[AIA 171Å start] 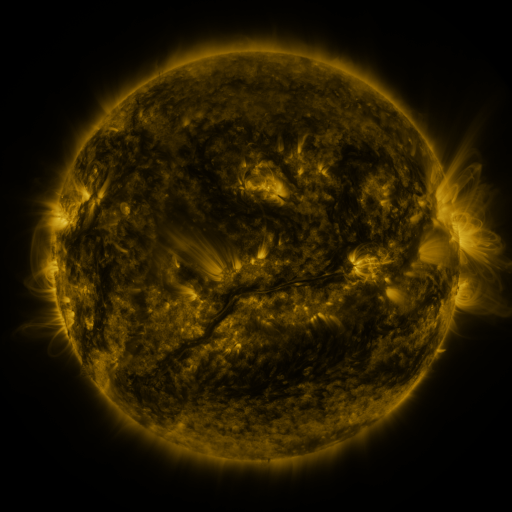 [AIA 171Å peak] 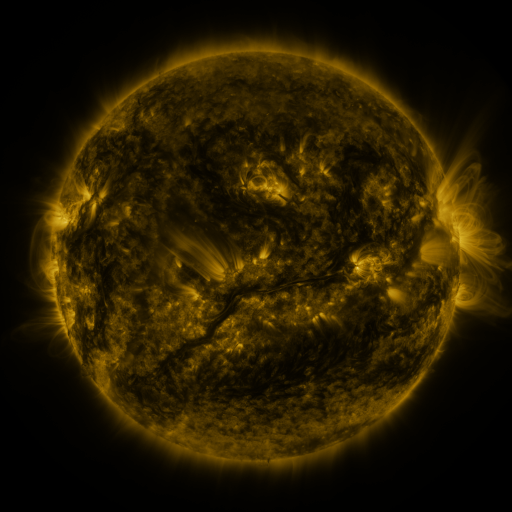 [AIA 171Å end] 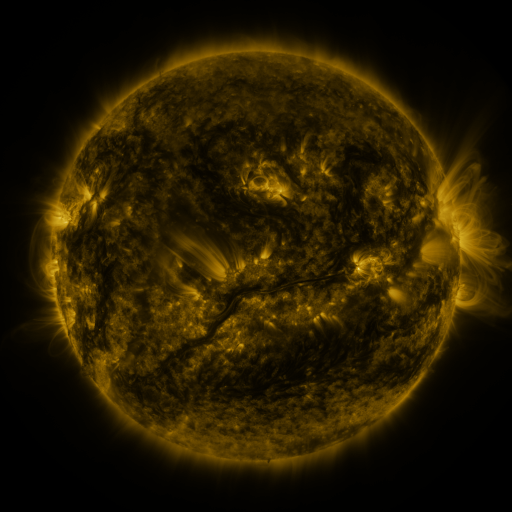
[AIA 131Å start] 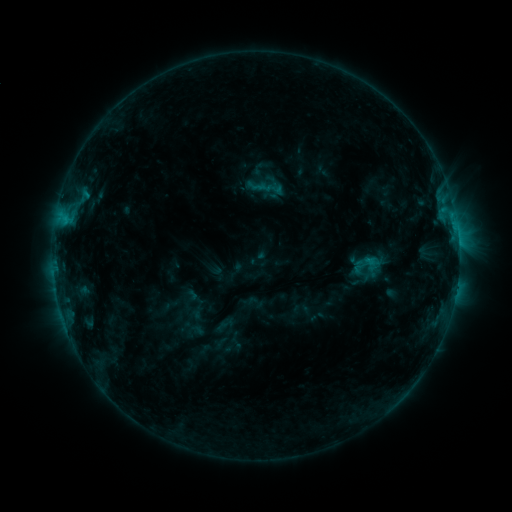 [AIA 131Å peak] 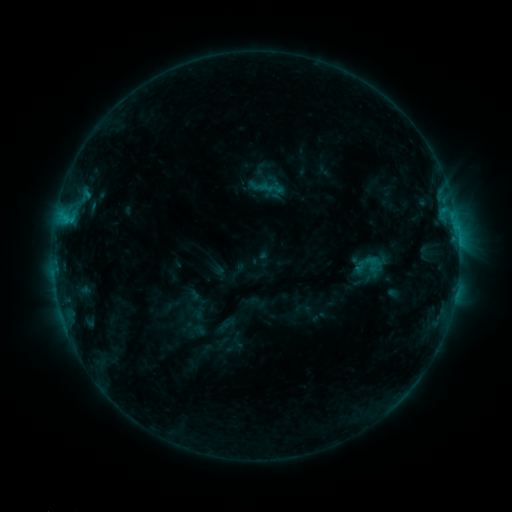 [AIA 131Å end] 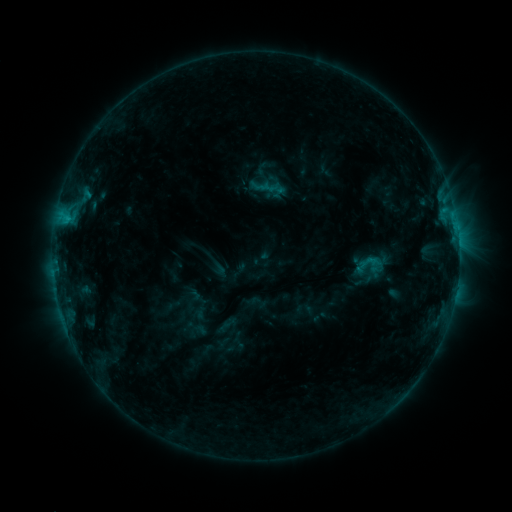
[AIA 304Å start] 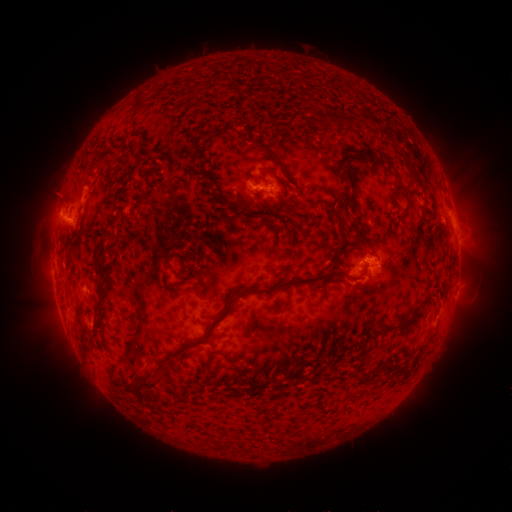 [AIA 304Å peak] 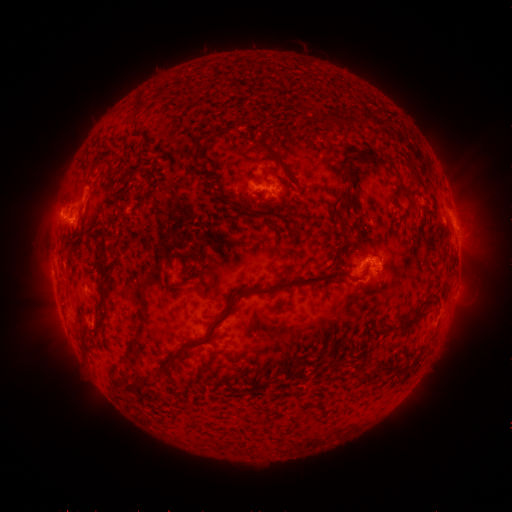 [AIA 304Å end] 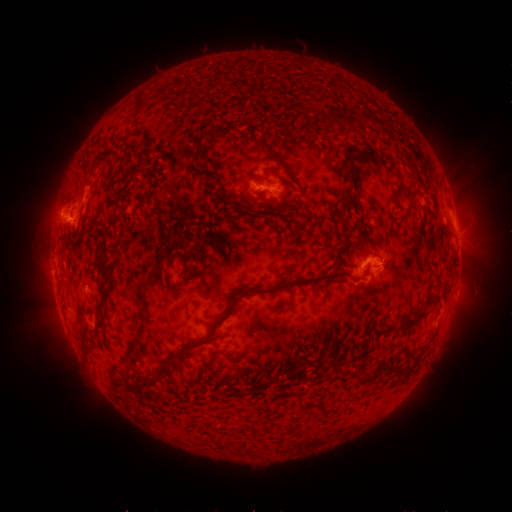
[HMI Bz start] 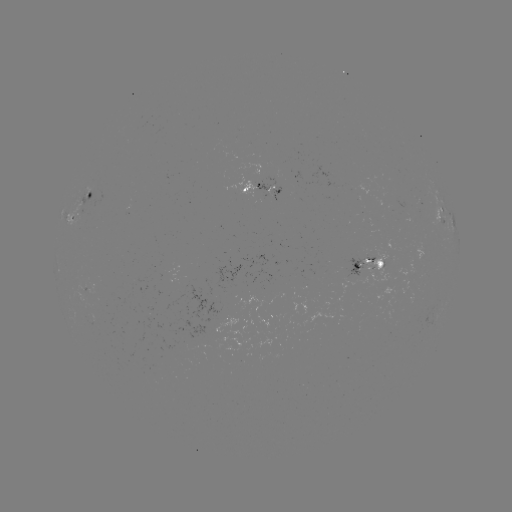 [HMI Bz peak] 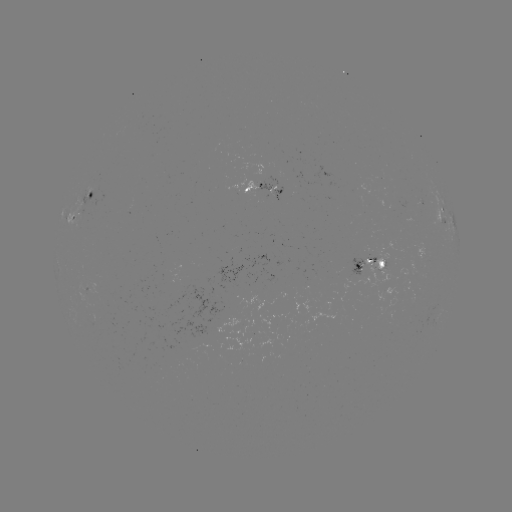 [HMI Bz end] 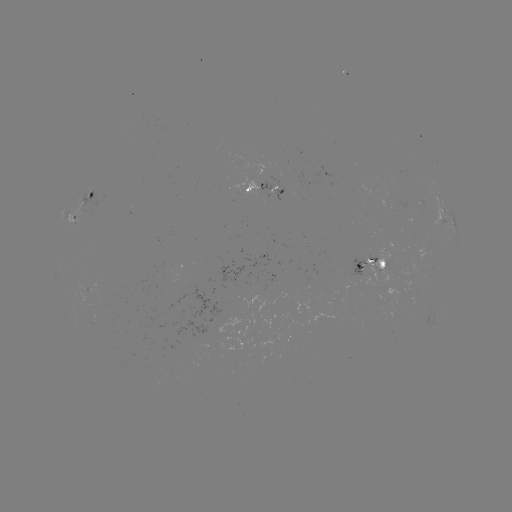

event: emerging-flux region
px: (273, 188)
